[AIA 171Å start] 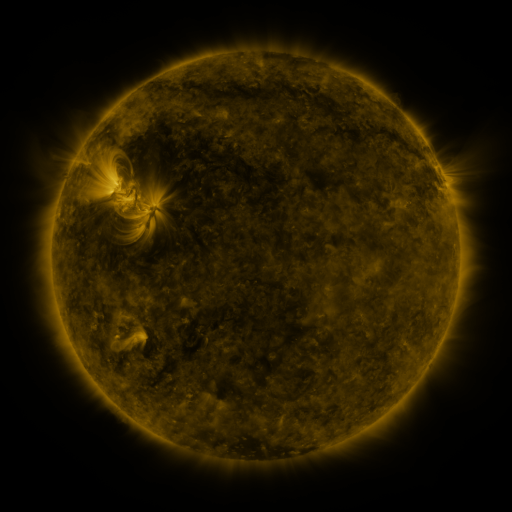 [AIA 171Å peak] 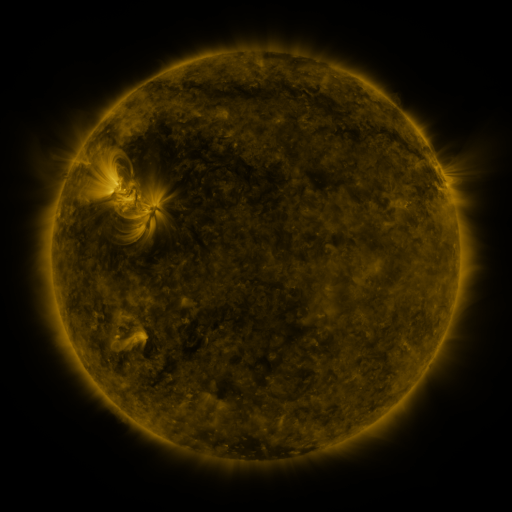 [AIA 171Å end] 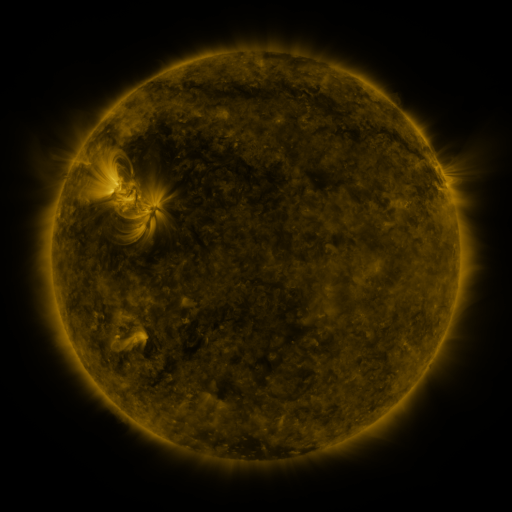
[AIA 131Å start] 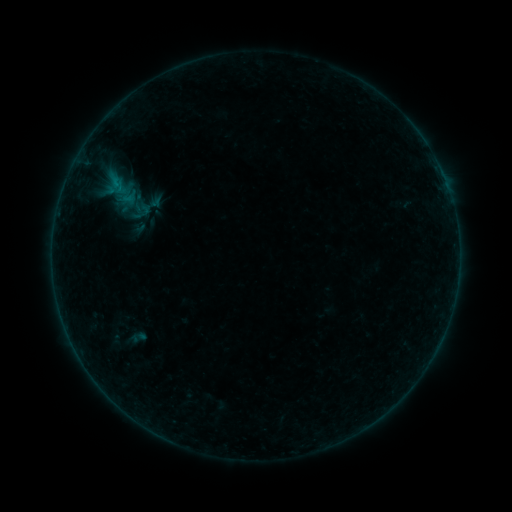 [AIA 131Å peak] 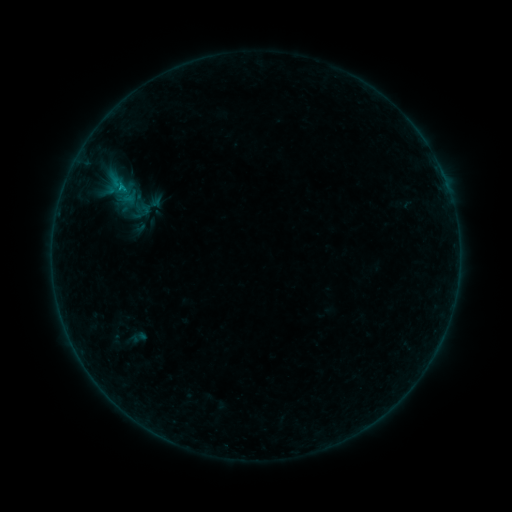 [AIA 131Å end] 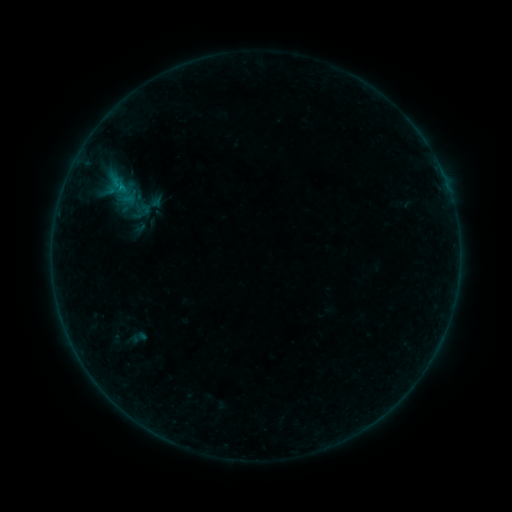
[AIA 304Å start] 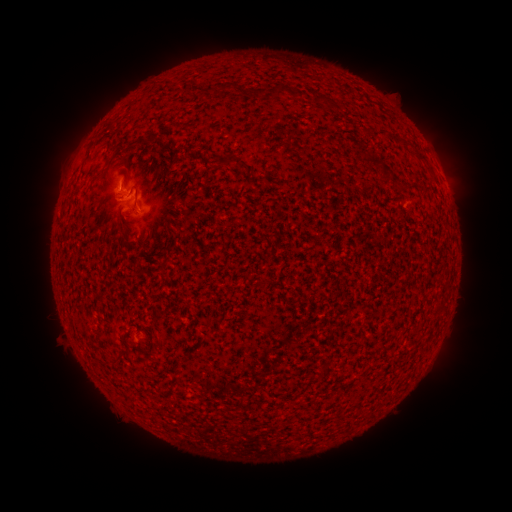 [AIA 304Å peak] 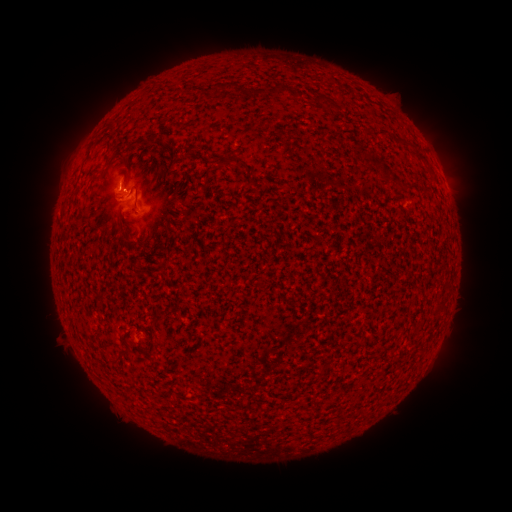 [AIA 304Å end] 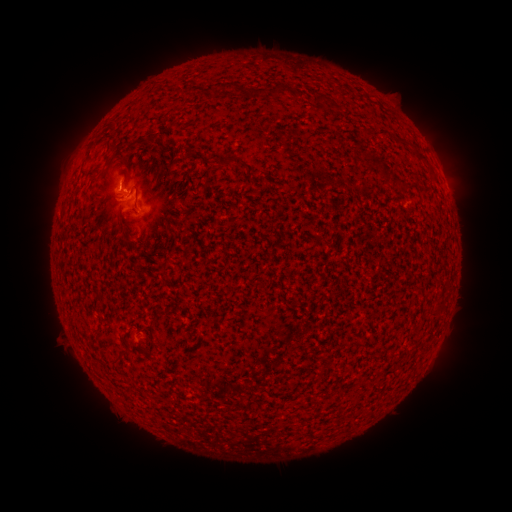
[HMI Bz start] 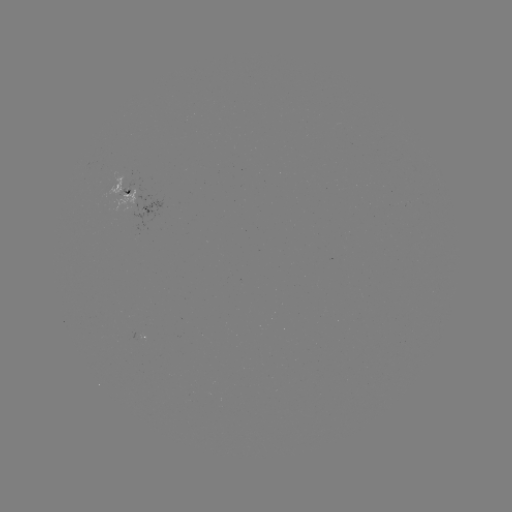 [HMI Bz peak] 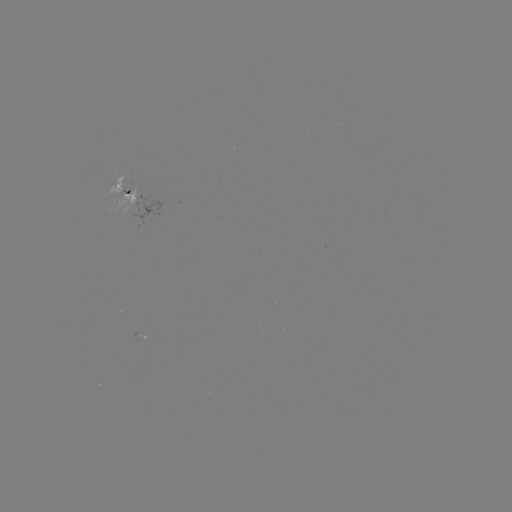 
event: flare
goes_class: B3.9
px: (126, 192)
